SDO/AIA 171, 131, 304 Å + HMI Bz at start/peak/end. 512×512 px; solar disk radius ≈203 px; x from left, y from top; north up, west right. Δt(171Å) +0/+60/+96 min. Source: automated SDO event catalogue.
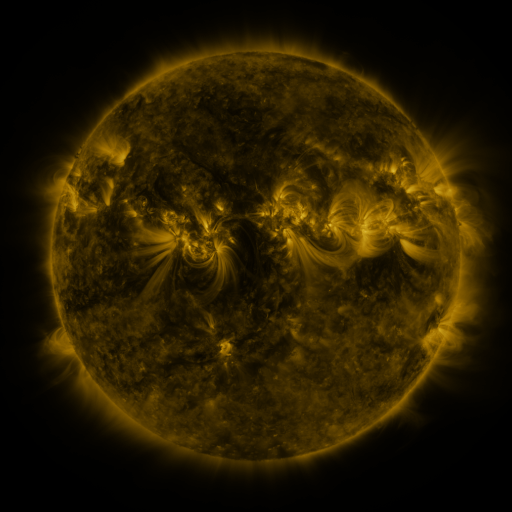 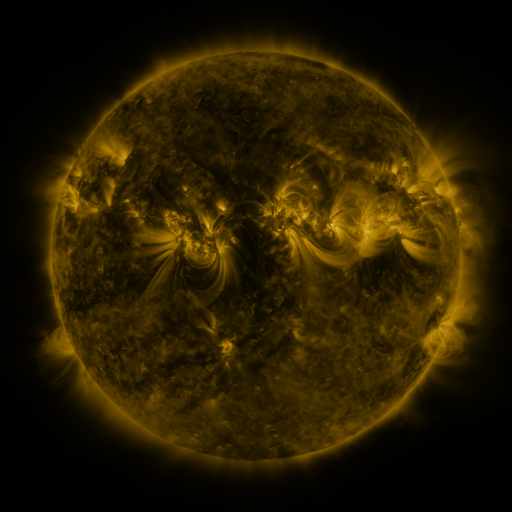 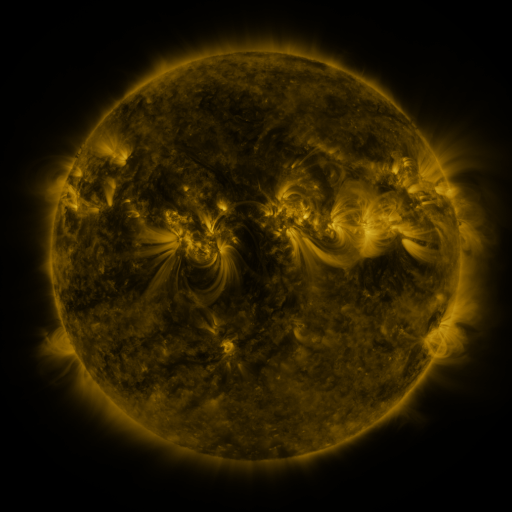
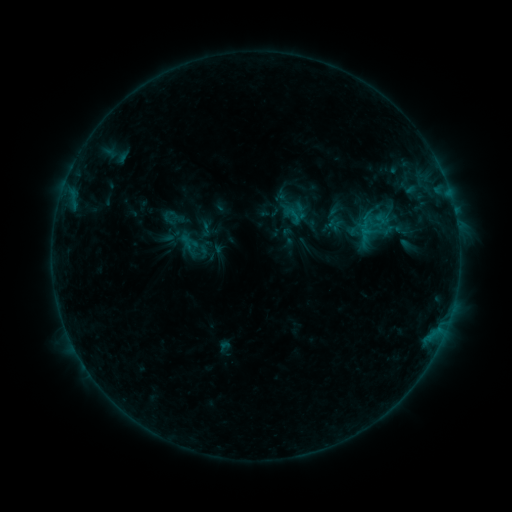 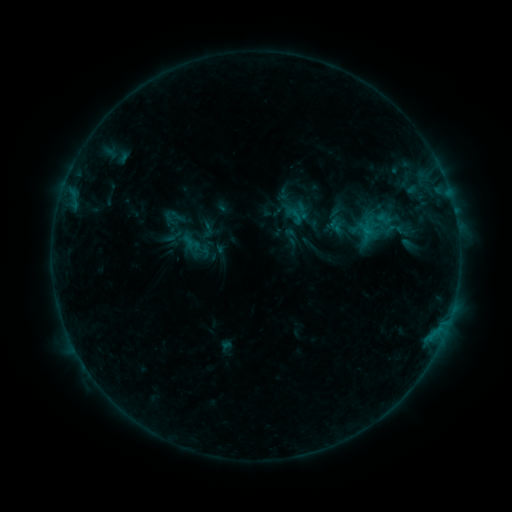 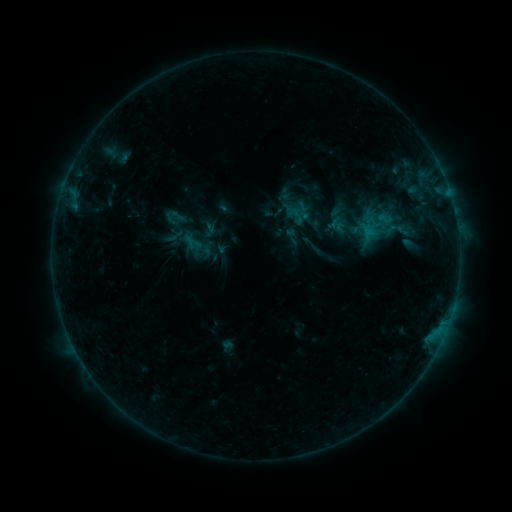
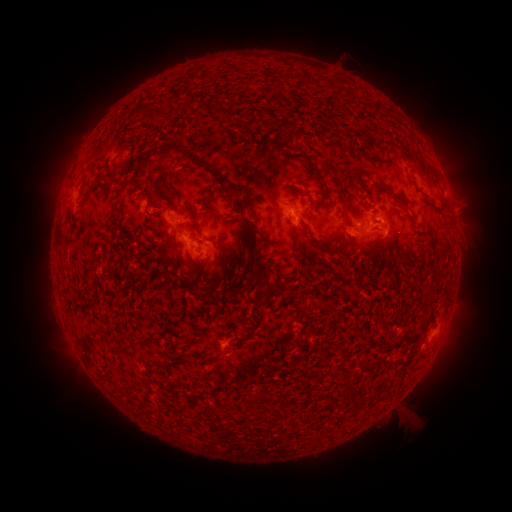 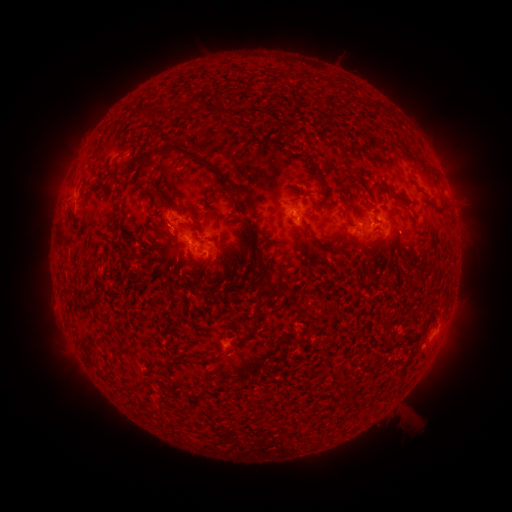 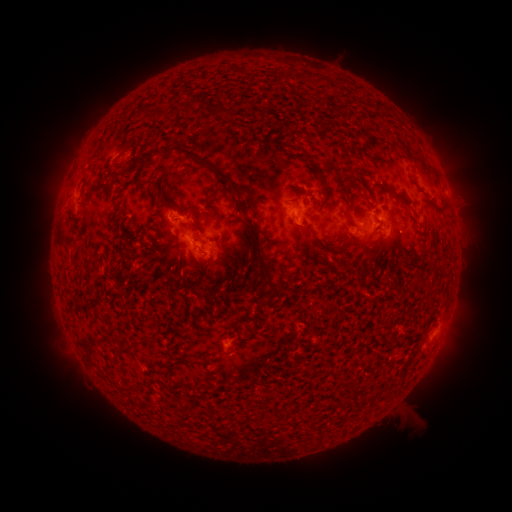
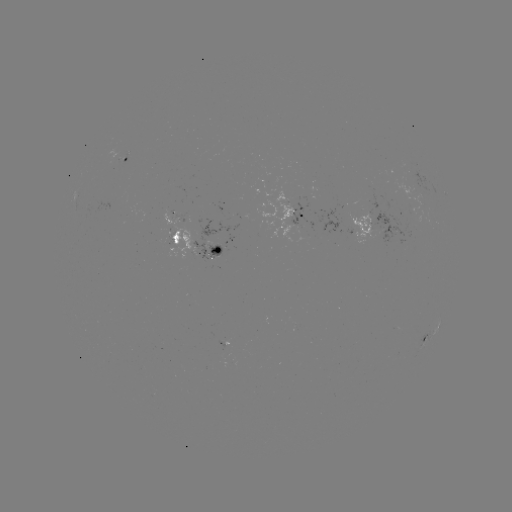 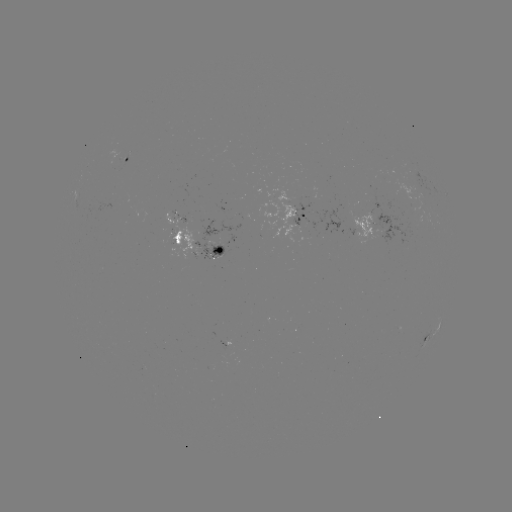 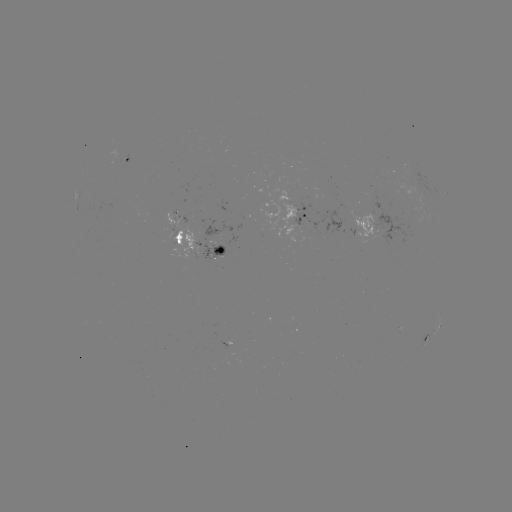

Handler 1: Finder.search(emerging-flux region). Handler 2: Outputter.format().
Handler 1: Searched emerging-flux region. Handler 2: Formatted [181, 220].